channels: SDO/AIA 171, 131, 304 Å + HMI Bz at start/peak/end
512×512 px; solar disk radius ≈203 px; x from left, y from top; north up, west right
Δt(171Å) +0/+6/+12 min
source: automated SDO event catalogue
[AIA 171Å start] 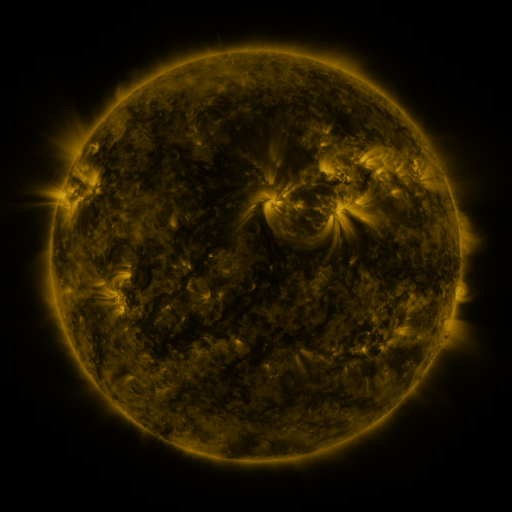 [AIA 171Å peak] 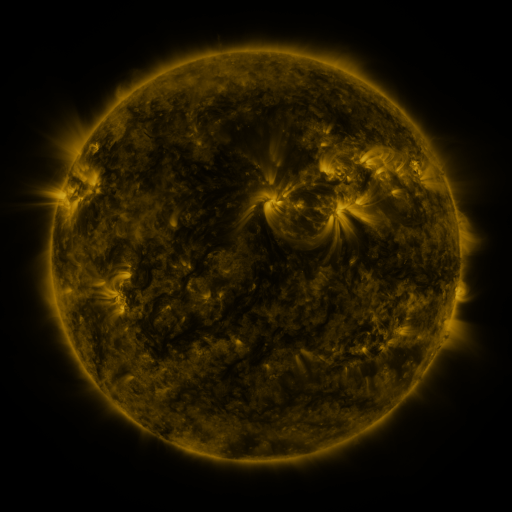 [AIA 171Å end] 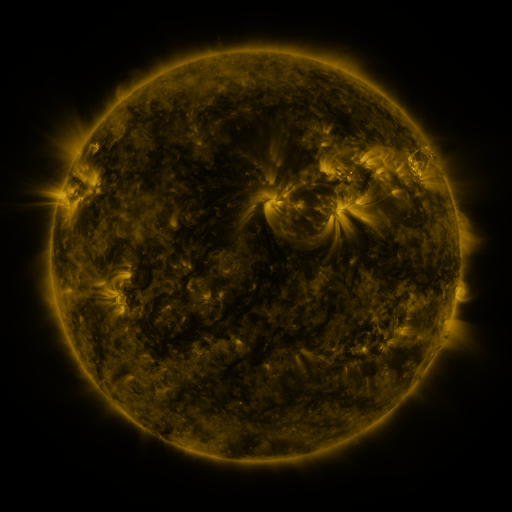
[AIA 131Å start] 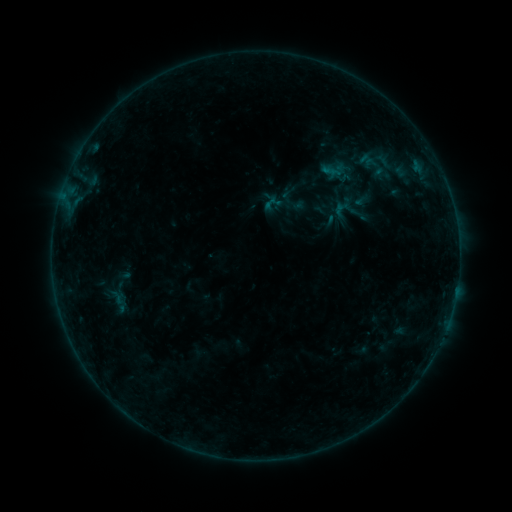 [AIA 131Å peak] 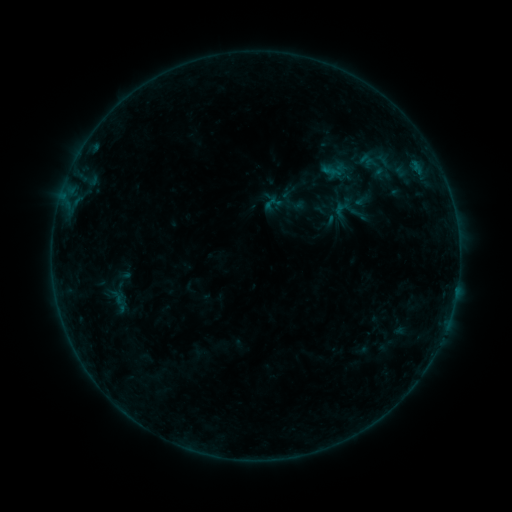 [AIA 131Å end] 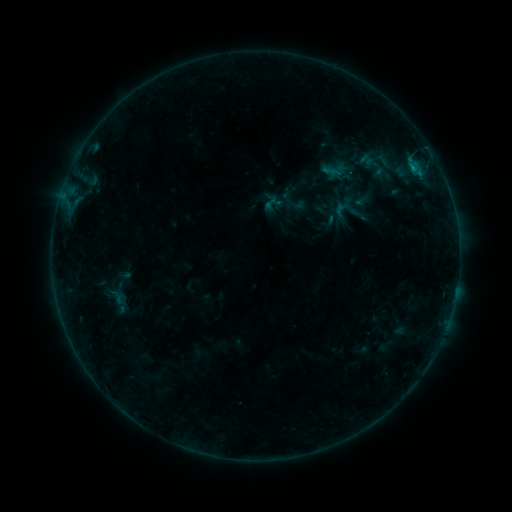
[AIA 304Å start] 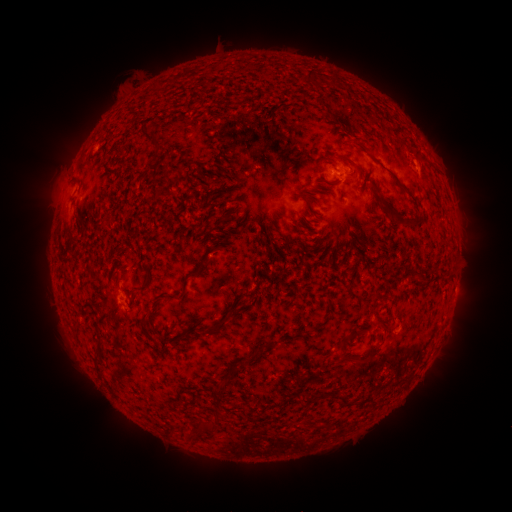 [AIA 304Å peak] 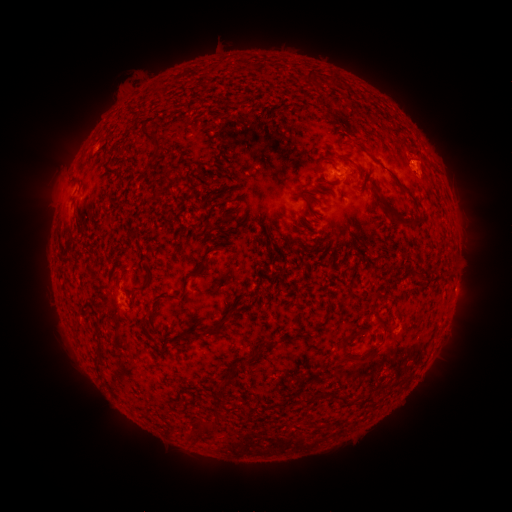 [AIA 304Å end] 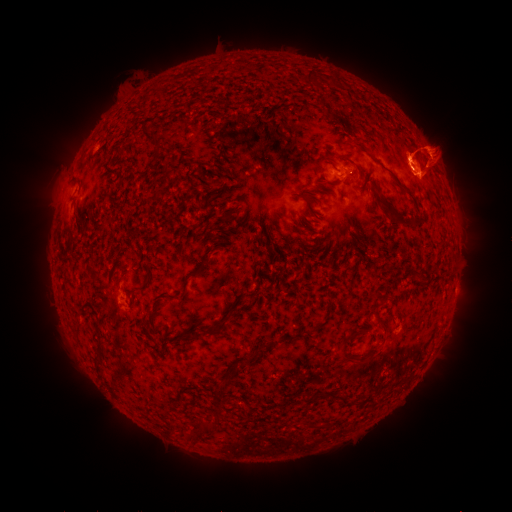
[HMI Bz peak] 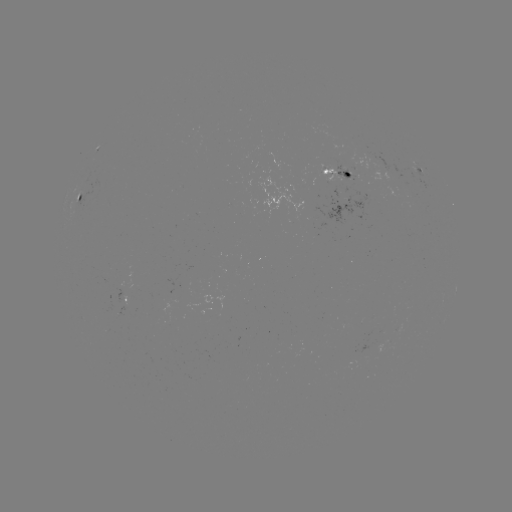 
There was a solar eruption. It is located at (421, 225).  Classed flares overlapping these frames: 1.